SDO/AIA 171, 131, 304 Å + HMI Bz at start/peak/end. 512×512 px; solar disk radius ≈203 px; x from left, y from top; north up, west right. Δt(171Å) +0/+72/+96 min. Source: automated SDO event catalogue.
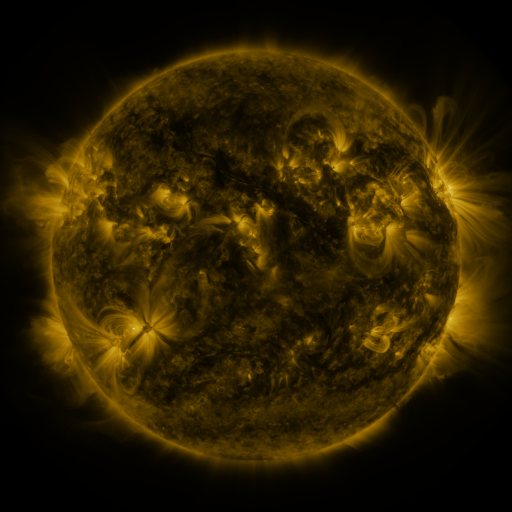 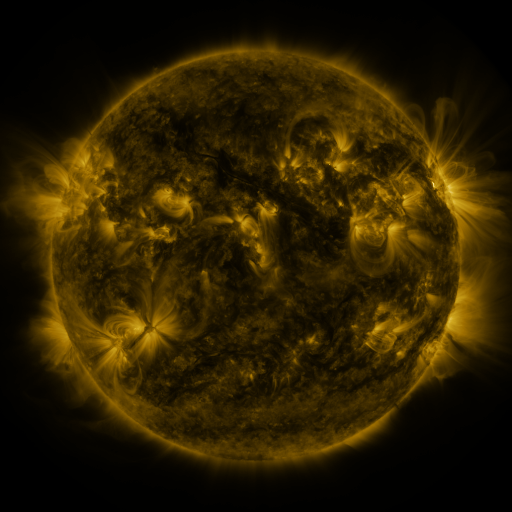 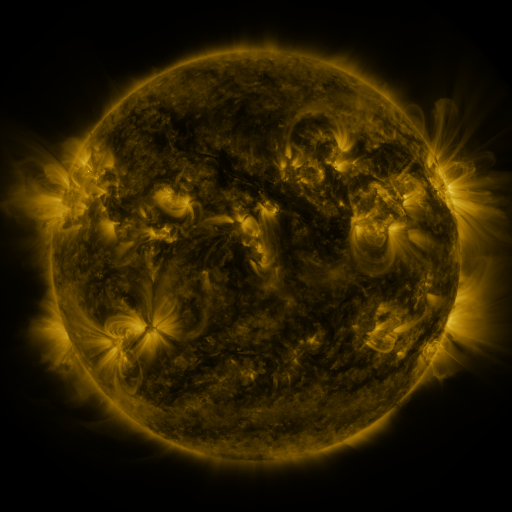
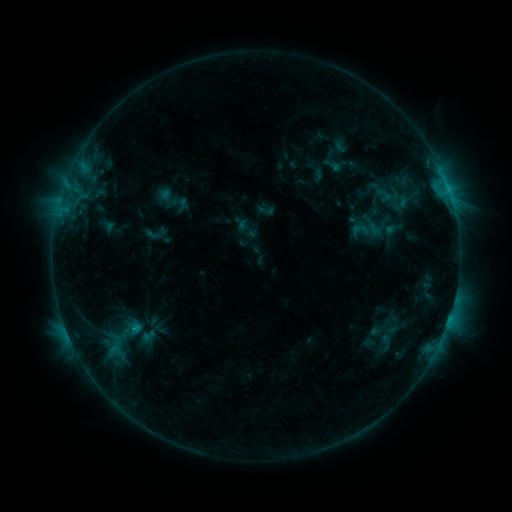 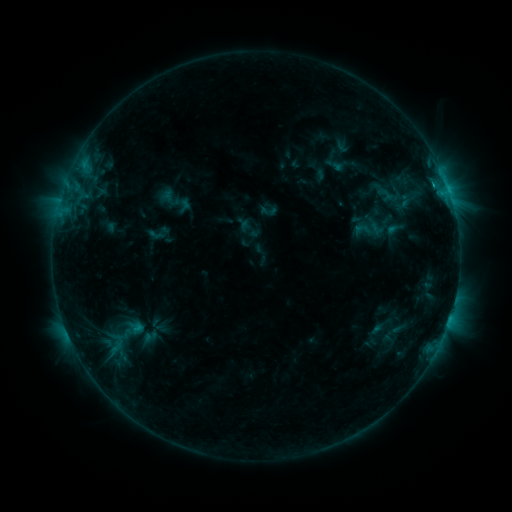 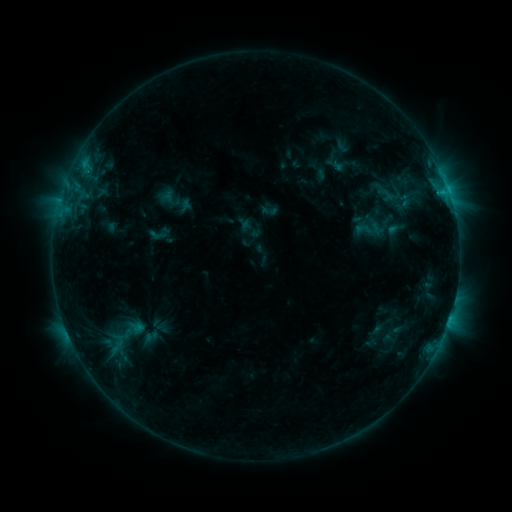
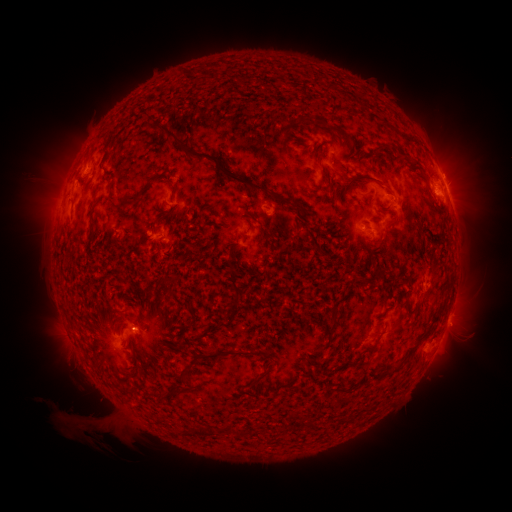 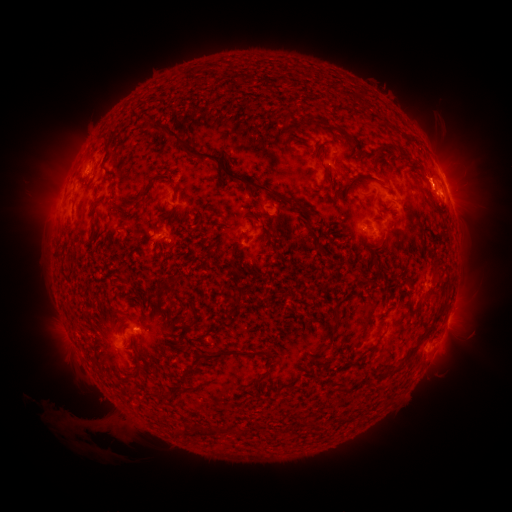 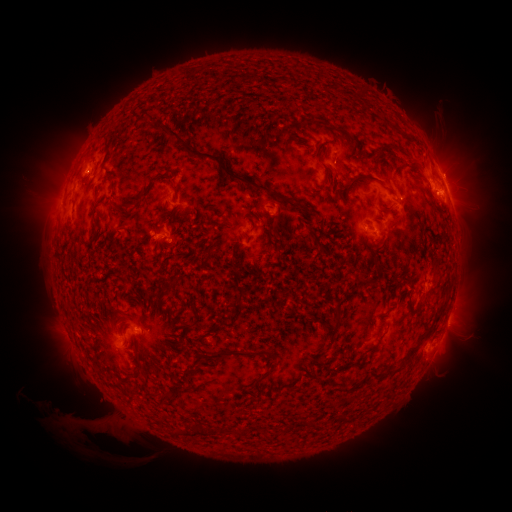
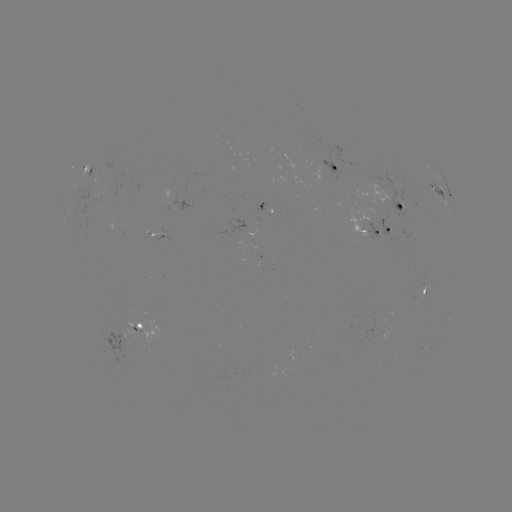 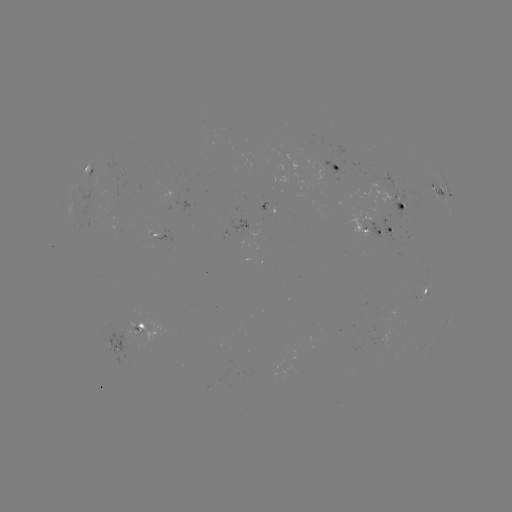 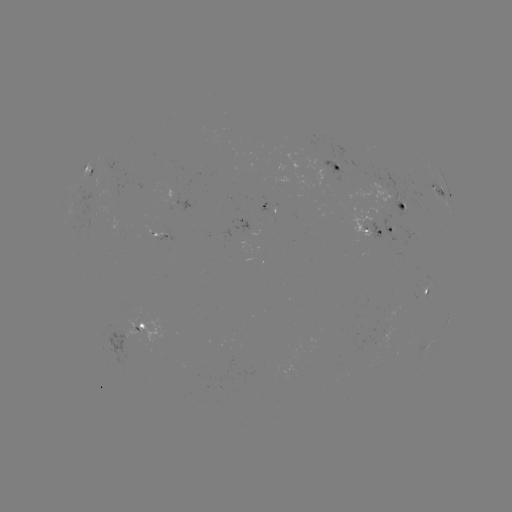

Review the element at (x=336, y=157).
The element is emerging-flux region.